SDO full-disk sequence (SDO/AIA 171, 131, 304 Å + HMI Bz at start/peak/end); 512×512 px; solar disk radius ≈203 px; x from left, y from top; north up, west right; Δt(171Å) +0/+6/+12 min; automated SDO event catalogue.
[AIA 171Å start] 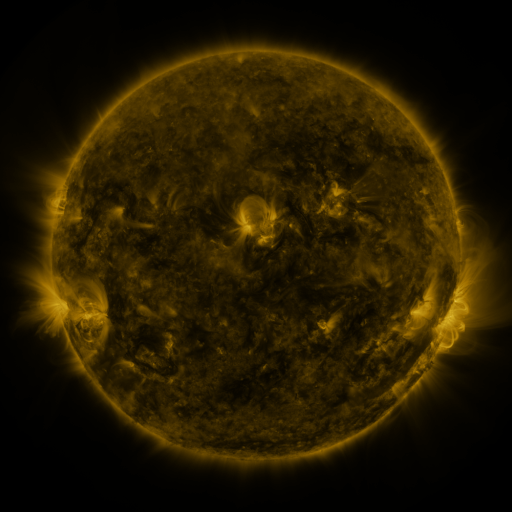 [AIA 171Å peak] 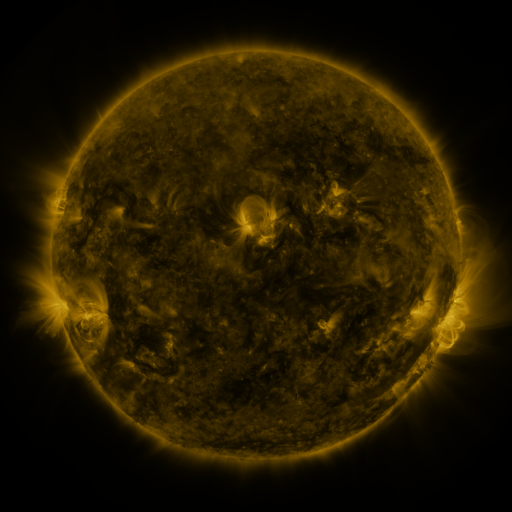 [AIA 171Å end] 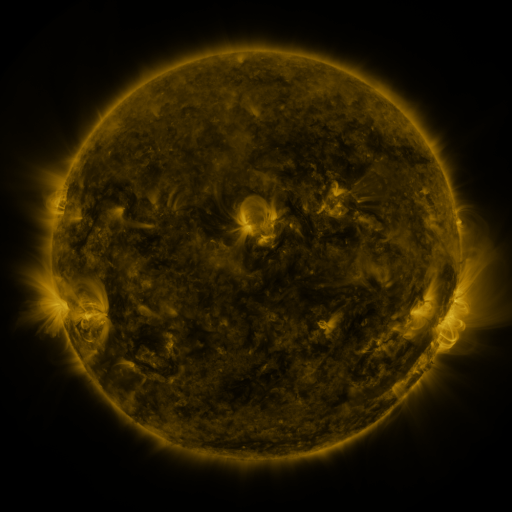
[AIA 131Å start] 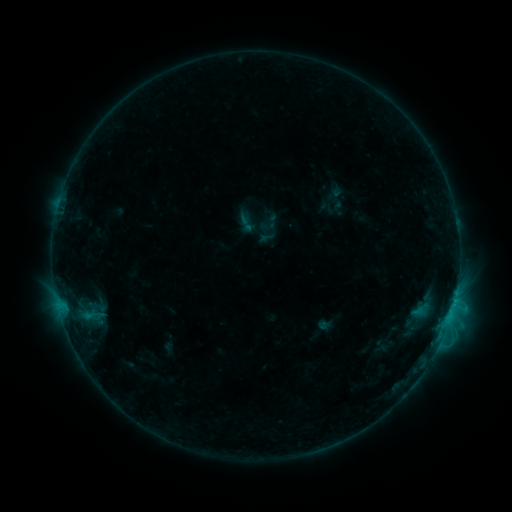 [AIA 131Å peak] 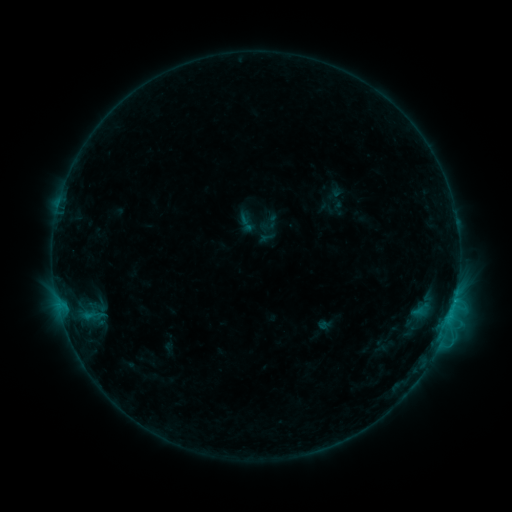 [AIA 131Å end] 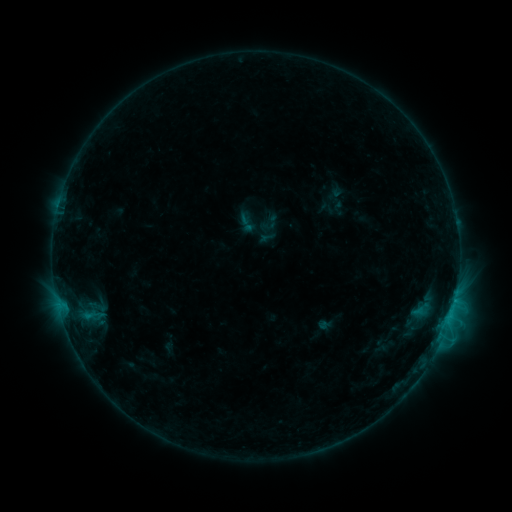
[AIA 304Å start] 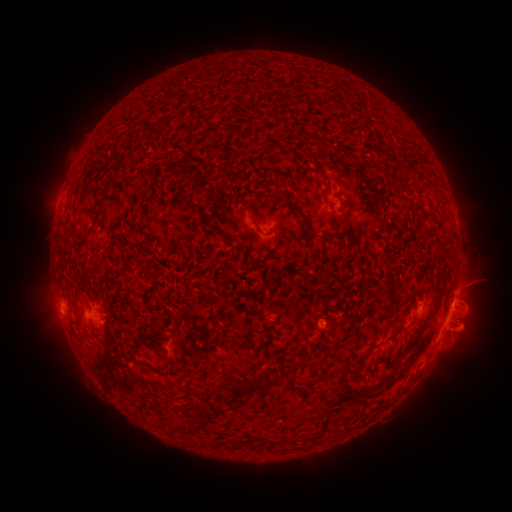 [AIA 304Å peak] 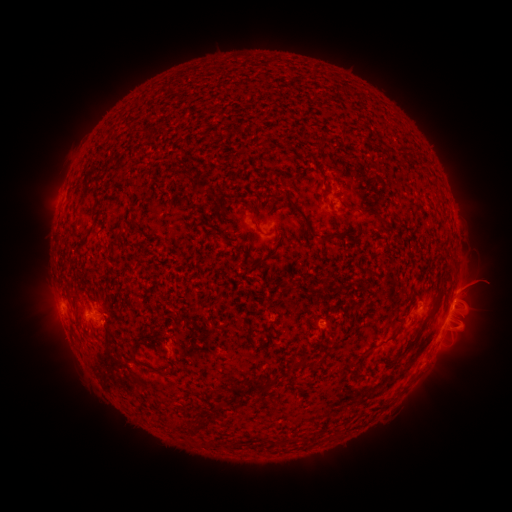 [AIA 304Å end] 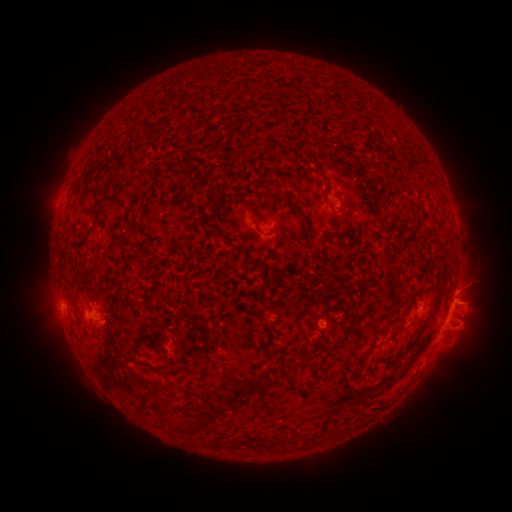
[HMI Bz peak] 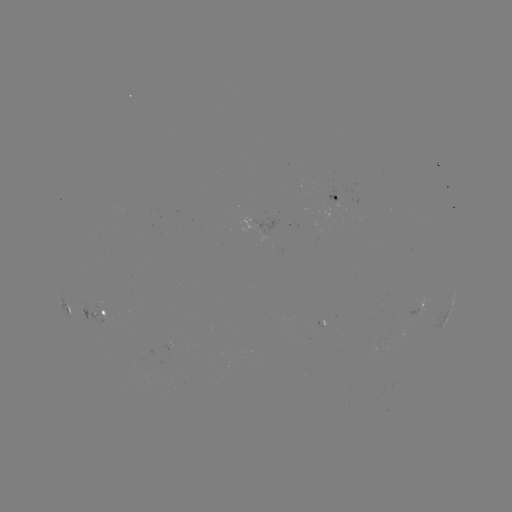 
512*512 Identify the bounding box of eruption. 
[459, 259, 510, 312].